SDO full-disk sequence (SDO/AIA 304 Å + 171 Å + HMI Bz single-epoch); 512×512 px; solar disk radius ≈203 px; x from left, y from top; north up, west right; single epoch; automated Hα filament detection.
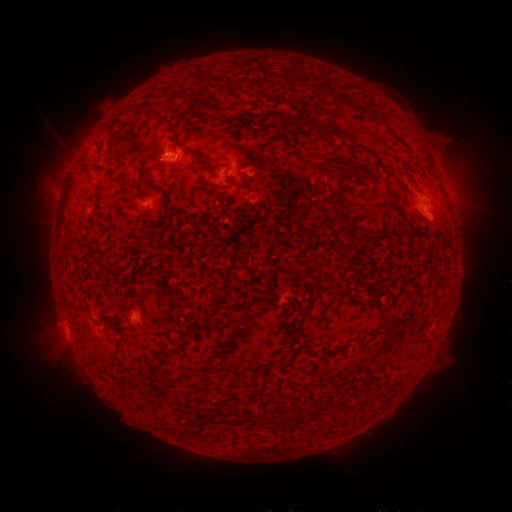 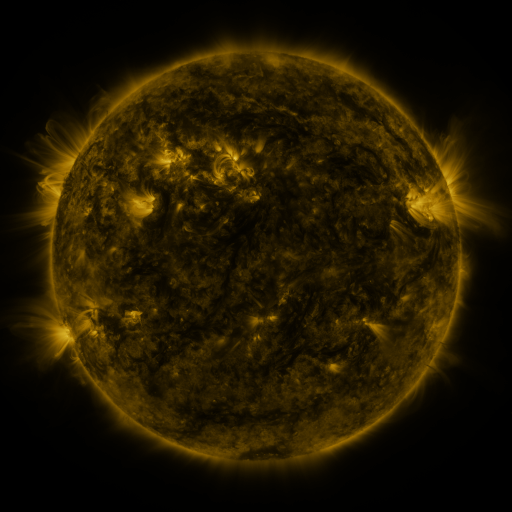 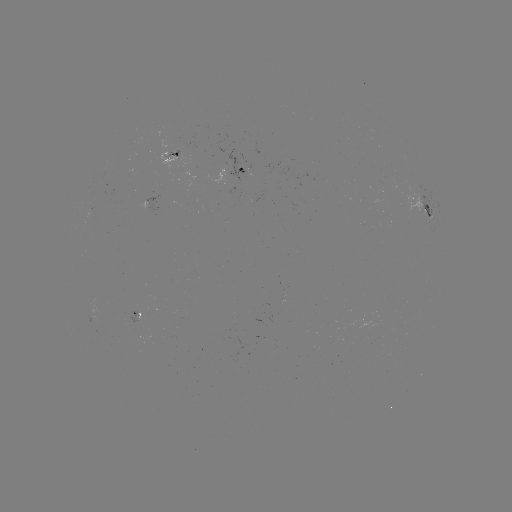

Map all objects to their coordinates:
filament: <bbox>291, 115, 307, 132</bbox>
filament: <bbox>279, 116, 286, 127</bbox>
filament: <bbox>319, 124, 327, 135</bbox>
filament: <bbox>327, 128, 362, 146</bbox>
filament: <bbox>331, 166, 352, 216</bbox>
filament: <bbox>363, 239, 371, 248</bbox>
filament: <bbox>326, 266, 334, 276</bbox>
filament: <bbox>242, 416, 255, 424</bbox>
